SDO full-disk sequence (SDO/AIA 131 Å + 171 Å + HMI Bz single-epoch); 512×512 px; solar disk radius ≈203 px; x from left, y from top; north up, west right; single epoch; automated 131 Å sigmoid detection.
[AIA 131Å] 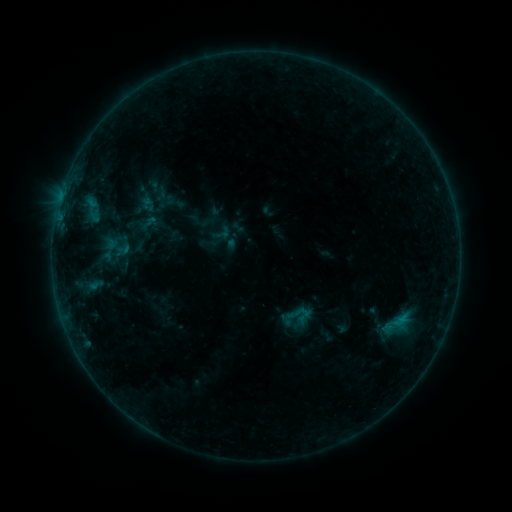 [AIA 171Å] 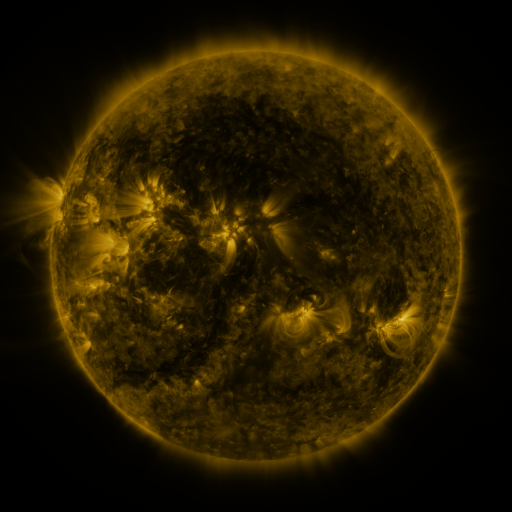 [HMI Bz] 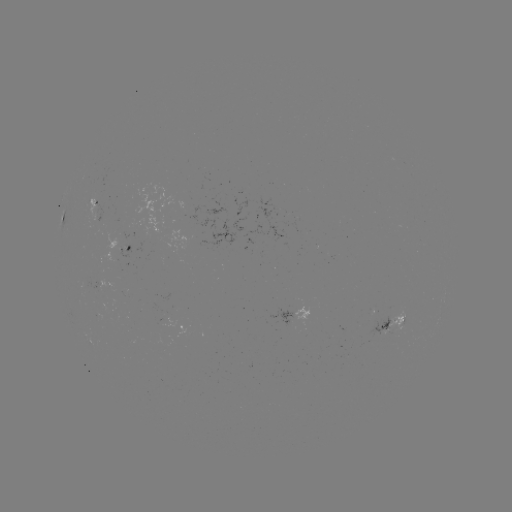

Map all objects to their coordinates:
sigmoid: (222, 233)
sigmoid: (299, 315)
